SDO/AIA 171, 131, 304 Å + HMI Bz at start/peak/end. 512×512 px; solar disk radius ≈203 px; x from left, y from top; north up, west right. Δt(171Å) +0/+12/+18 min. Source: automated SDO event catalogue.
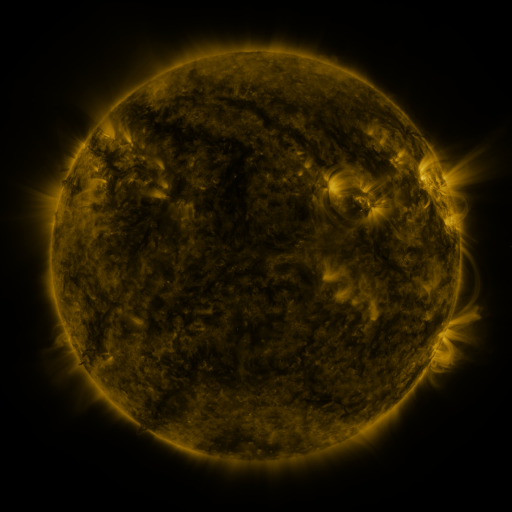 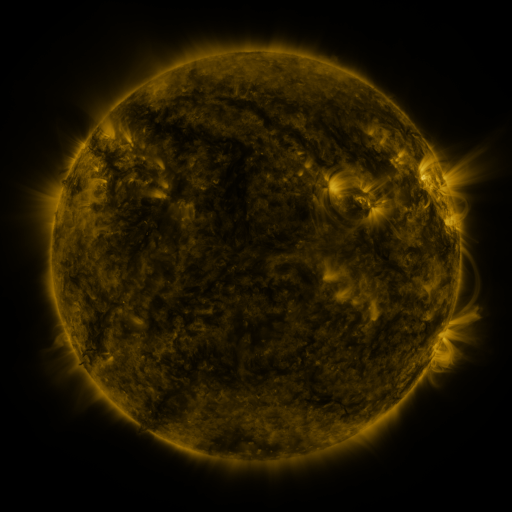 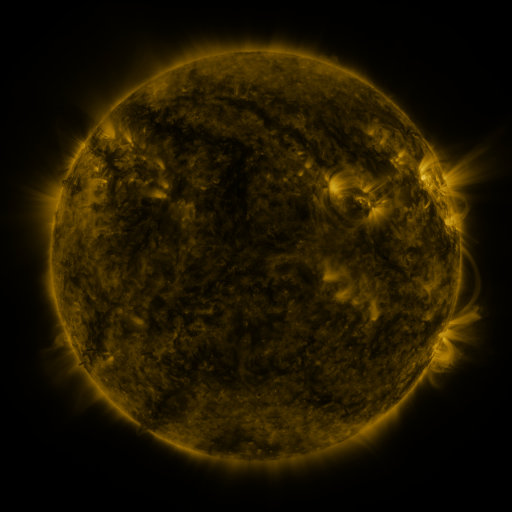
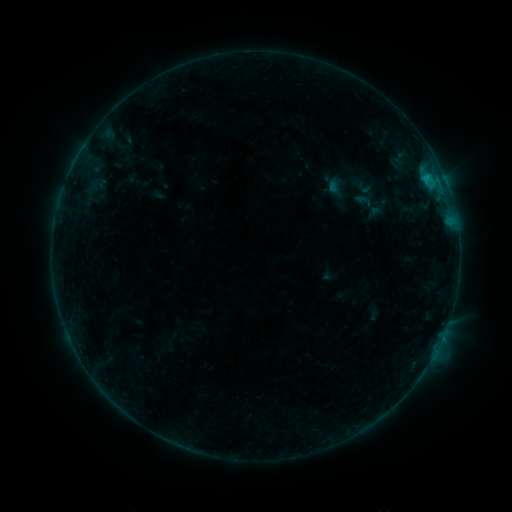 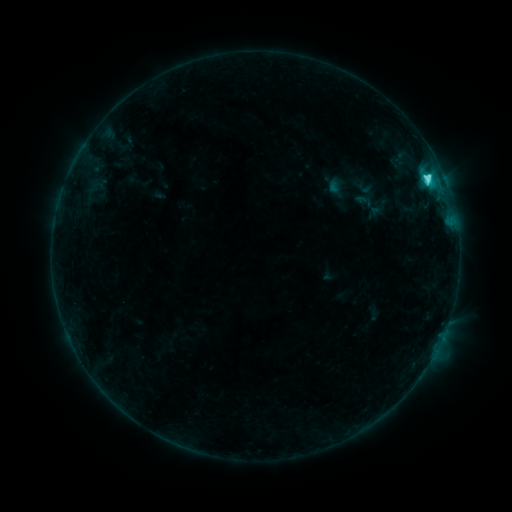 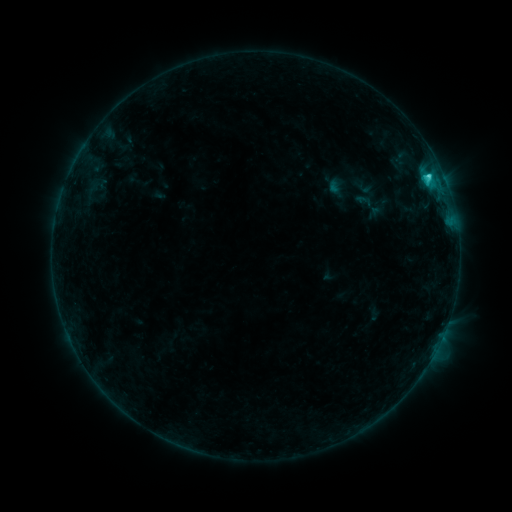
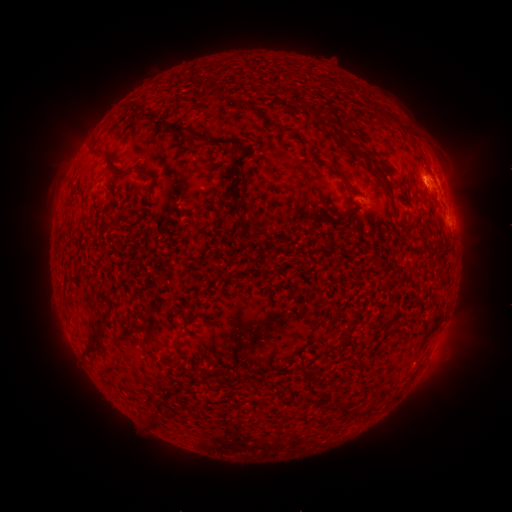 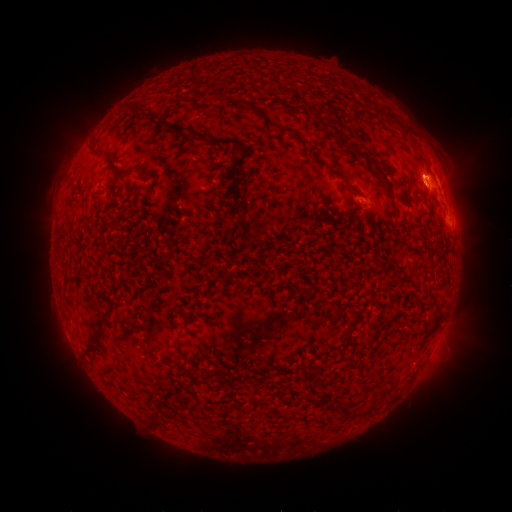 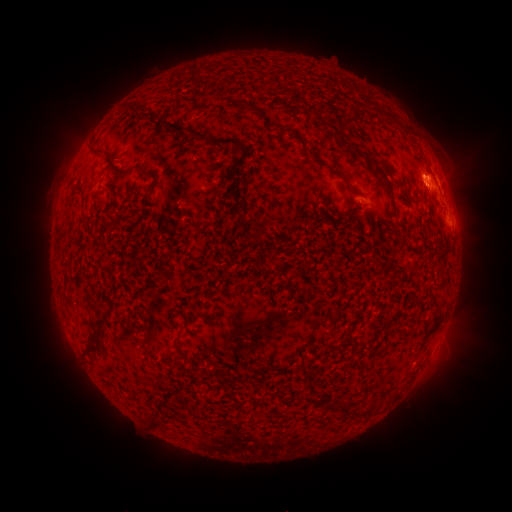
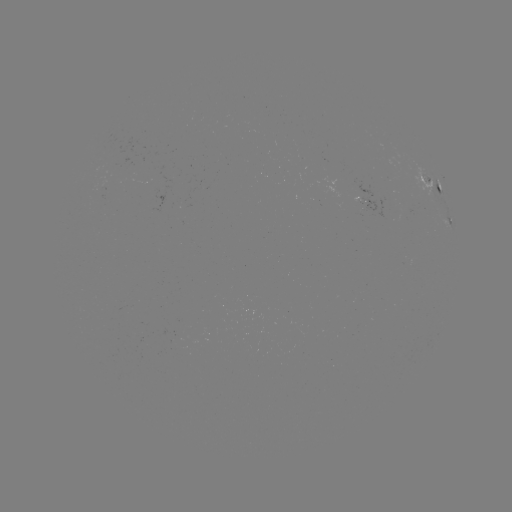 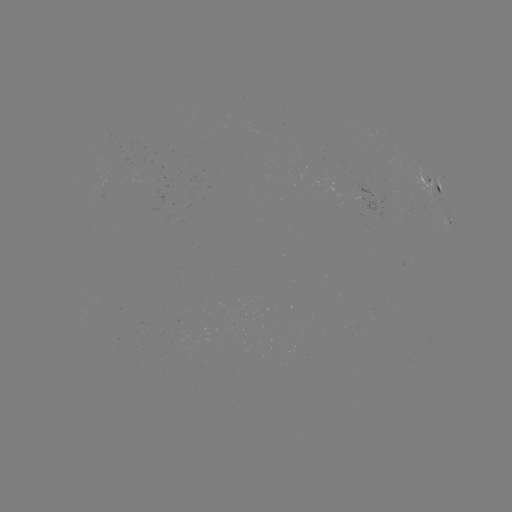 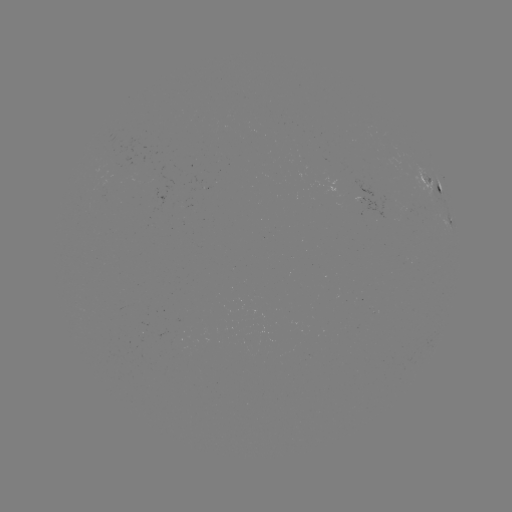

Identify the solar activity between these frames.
C3.5 flare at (425, 180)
